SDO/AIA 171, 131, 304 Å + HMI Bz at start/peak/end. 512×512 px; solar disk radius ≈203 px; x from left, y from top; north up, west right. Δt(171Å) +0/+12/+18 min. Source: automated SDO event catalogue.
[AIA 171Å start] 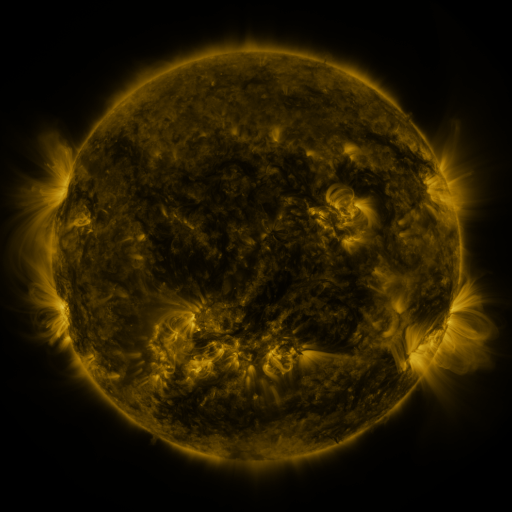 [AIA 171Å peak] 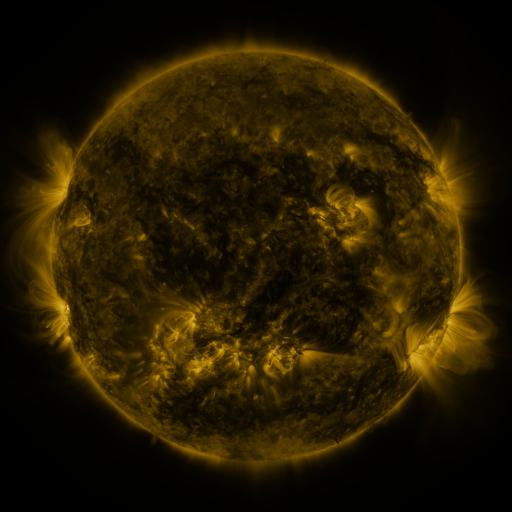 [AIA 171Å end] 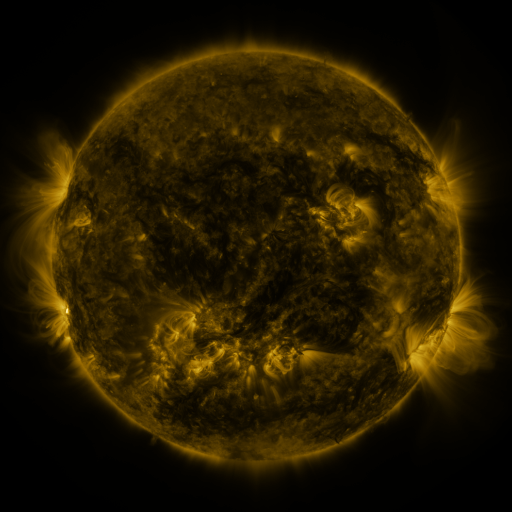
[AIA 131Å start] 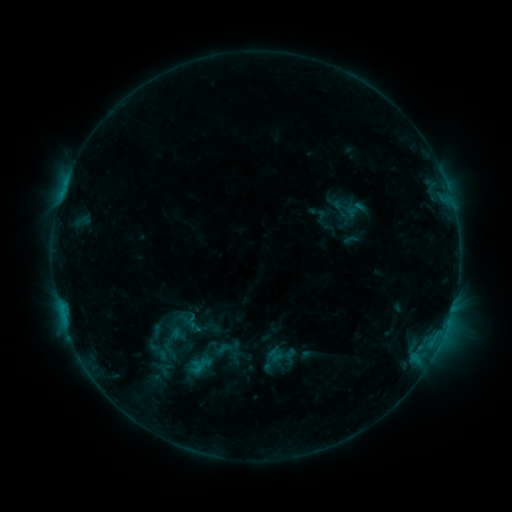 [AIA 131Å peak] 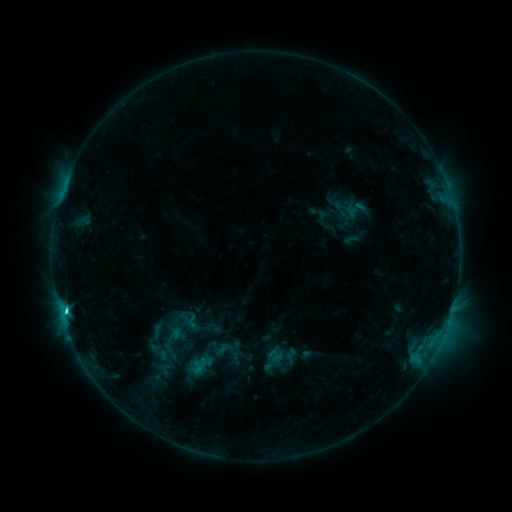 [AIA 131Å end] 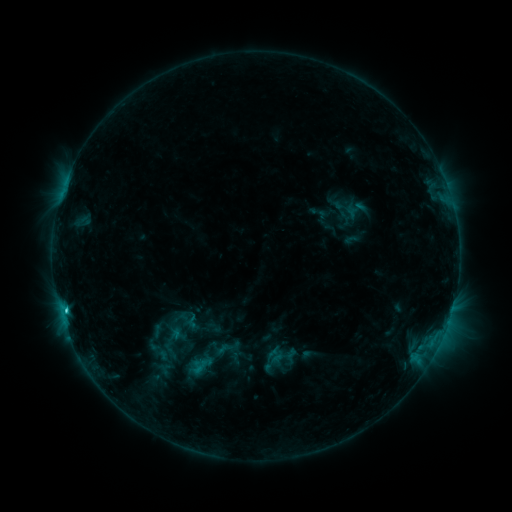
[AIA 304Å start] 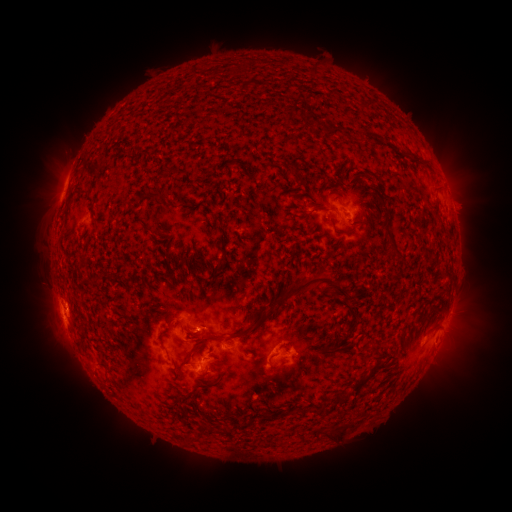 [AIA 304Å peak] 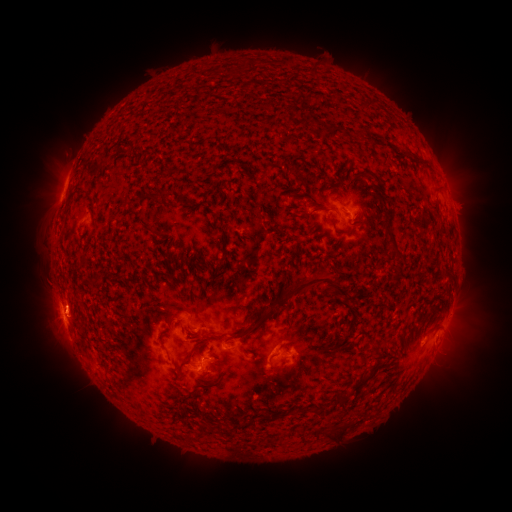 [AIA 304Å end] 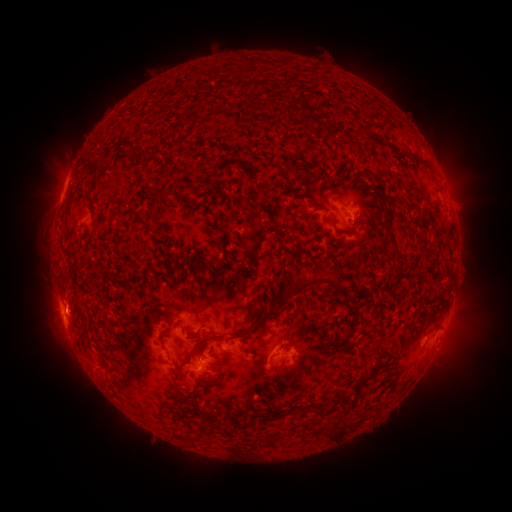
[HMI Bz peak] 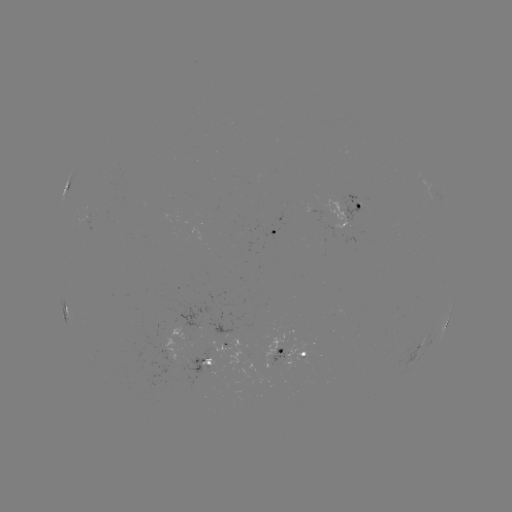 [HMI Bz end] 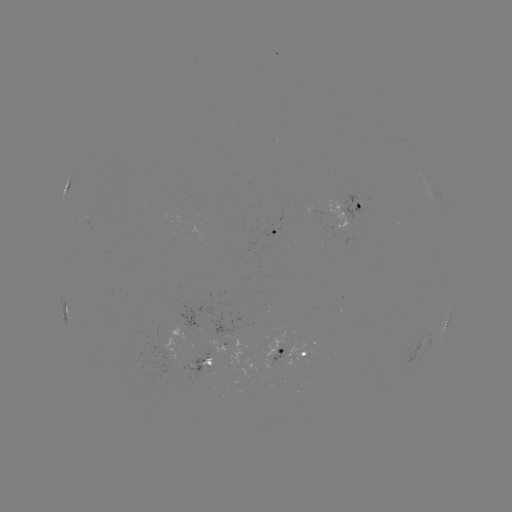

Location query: C2.0 flare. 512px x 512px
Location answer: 251,458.